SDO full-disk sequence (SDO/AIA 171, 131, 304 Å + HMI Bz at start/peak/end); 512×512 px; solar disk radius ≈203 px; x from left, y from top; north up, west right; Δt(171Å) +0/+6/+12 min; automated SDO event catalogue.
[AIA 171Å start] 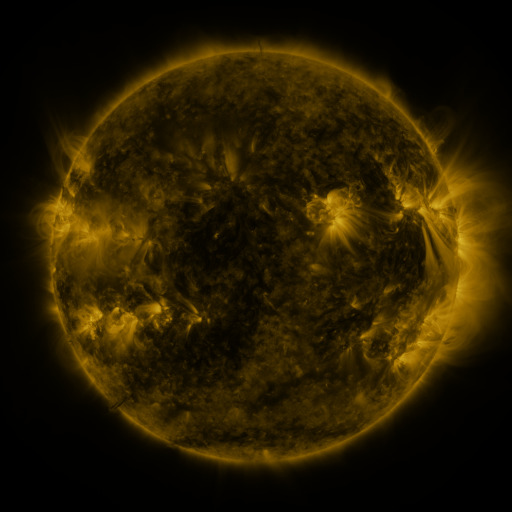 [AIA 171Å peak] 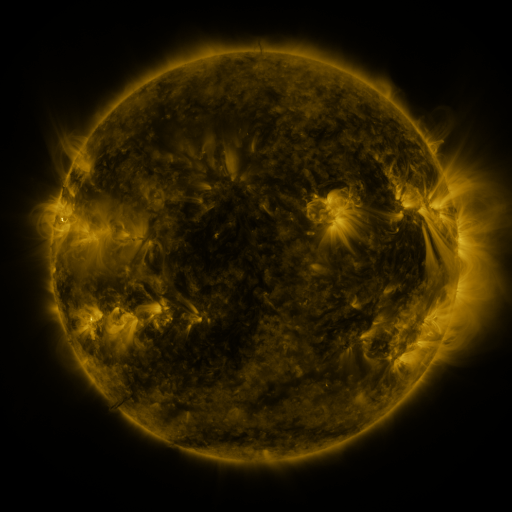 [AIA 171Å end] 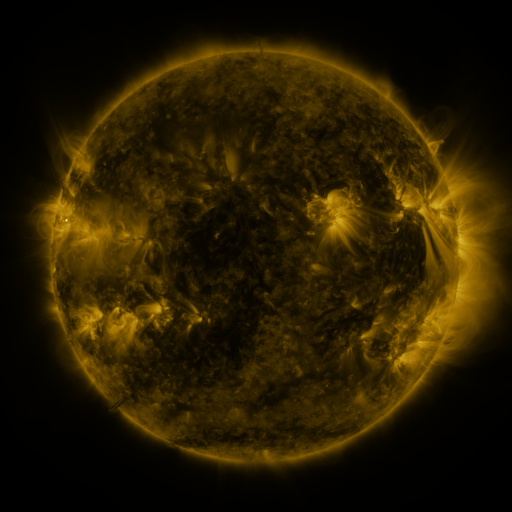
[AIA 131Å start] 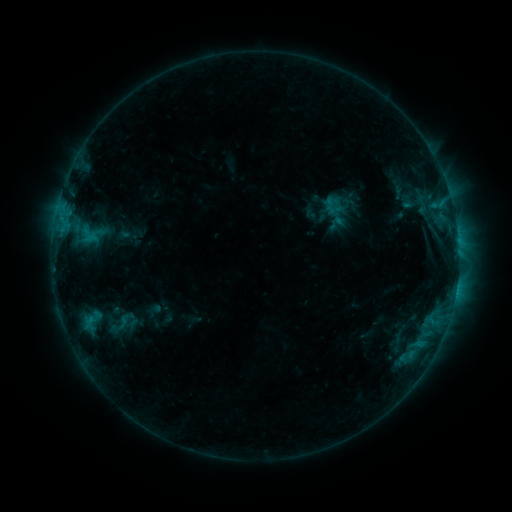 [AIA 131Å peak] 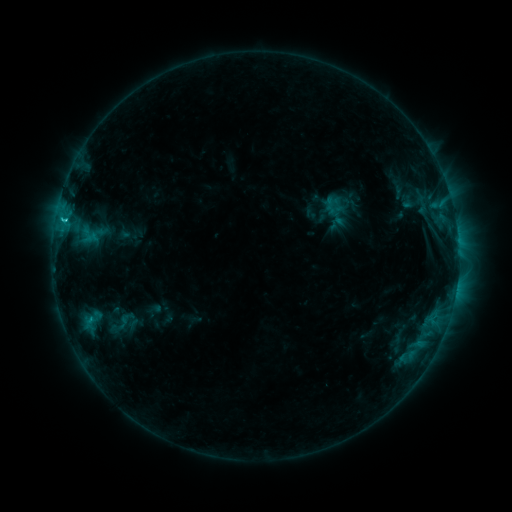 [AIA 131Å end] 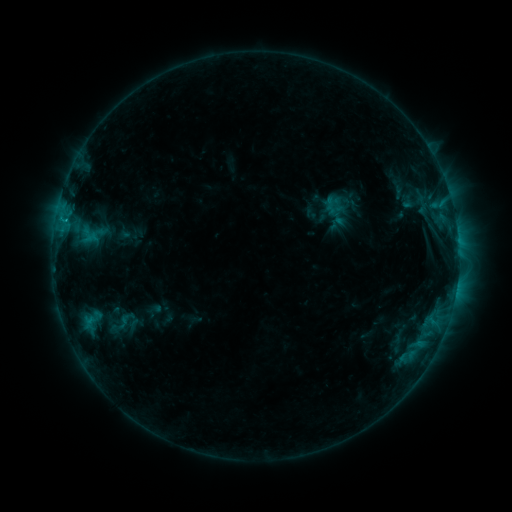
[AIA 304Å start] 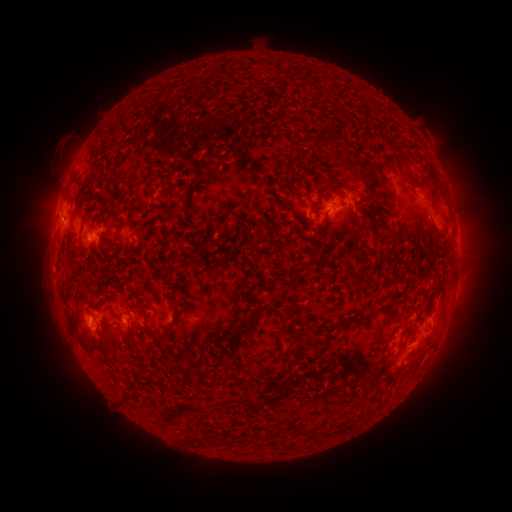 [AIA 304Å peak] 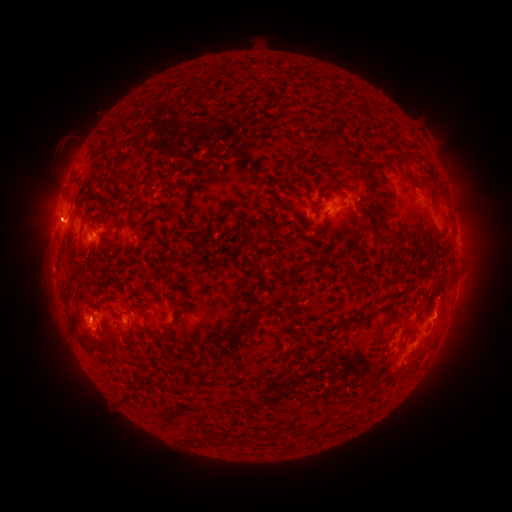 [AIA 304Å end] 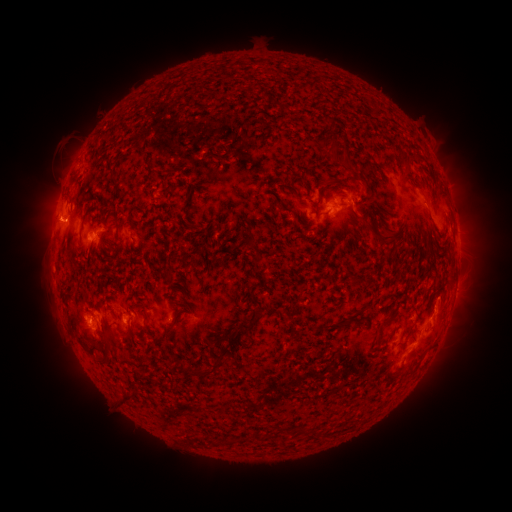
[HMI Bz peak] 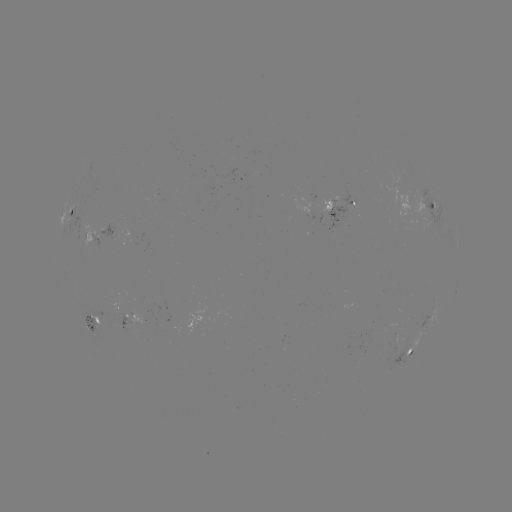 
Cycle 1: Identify C1.0 flare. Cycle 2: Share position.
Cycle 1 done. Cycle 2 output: [63, 222].